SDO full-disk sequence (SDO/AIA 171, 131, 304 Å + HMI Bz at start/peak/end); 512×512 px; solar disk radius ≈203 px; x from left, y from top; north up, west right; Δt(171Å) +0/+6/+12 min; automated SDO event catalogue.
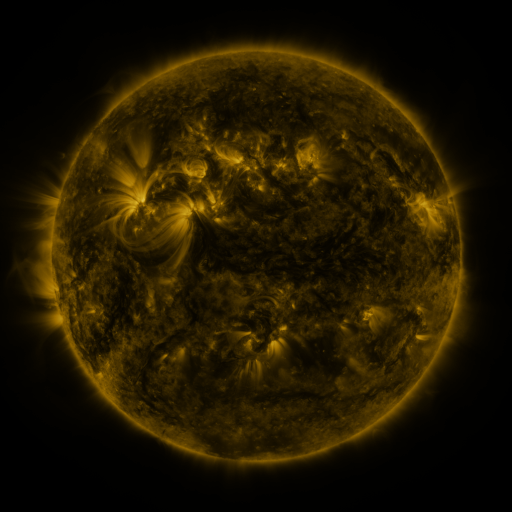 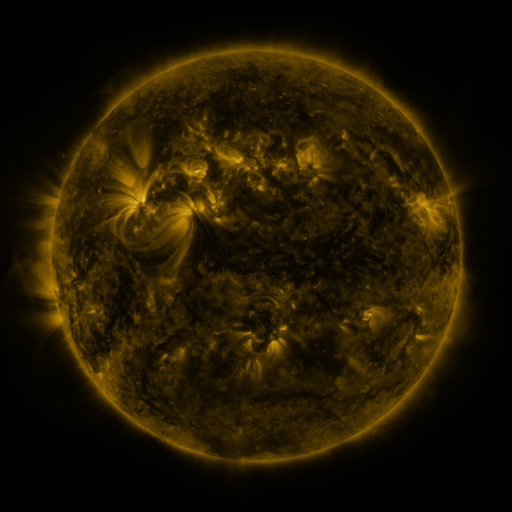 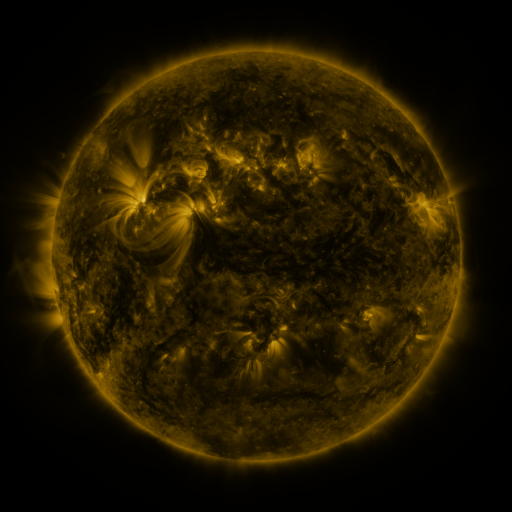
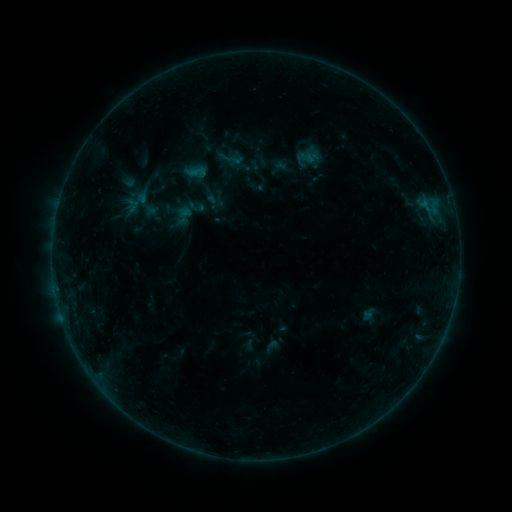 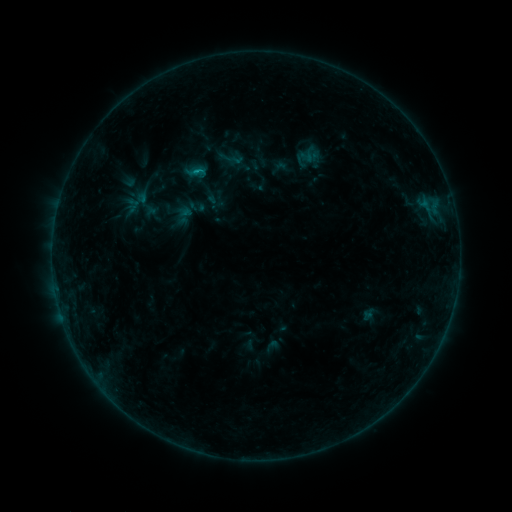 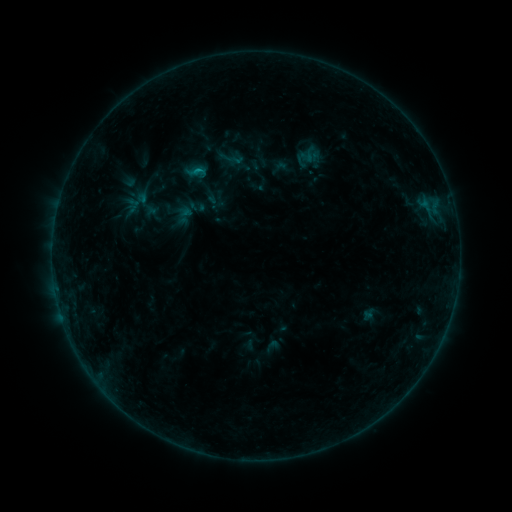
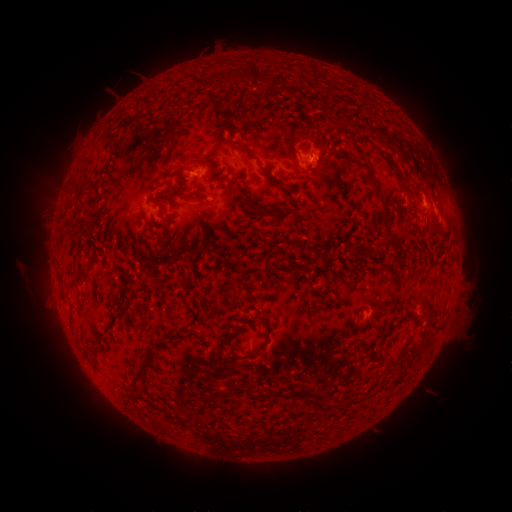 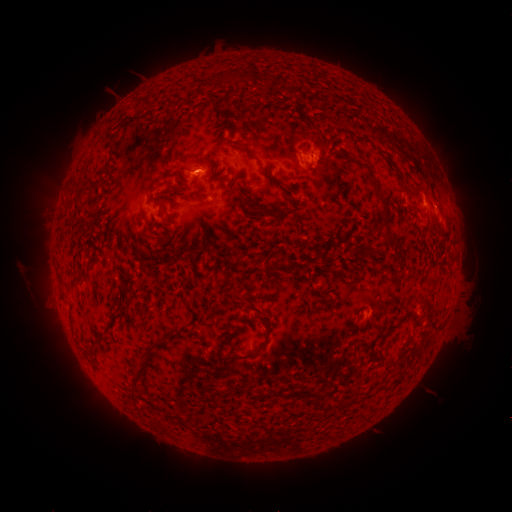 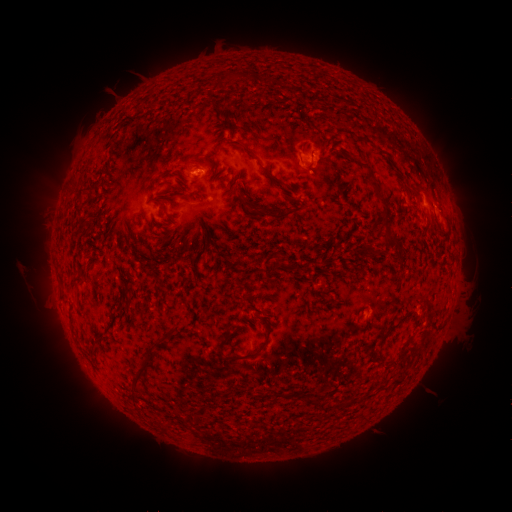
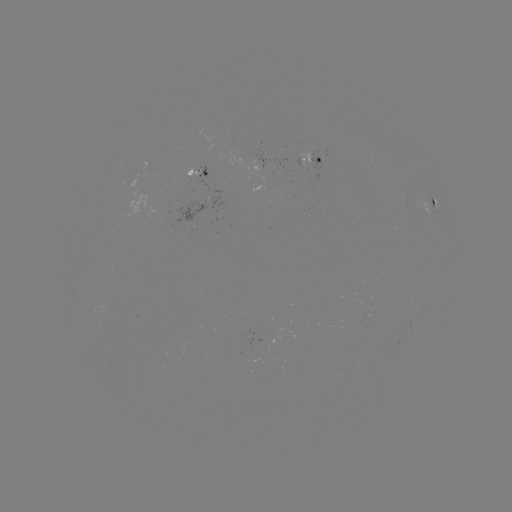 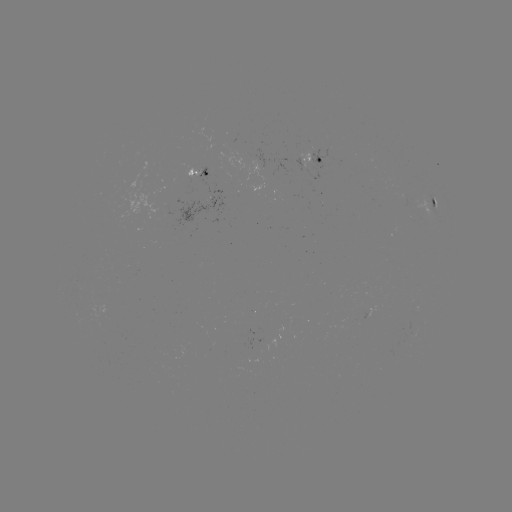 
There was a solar flare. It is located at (199, 172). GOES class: B4.7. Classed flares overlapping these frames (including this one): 1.